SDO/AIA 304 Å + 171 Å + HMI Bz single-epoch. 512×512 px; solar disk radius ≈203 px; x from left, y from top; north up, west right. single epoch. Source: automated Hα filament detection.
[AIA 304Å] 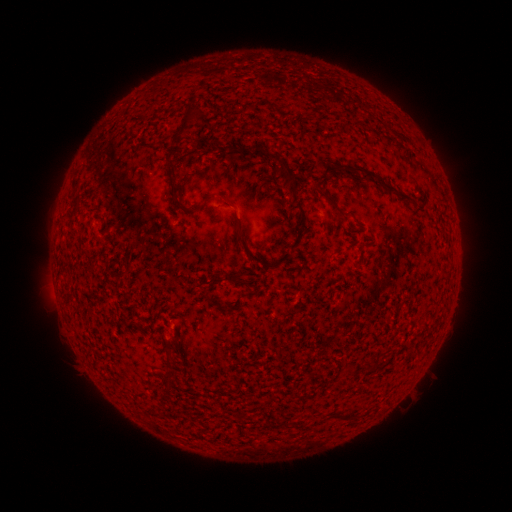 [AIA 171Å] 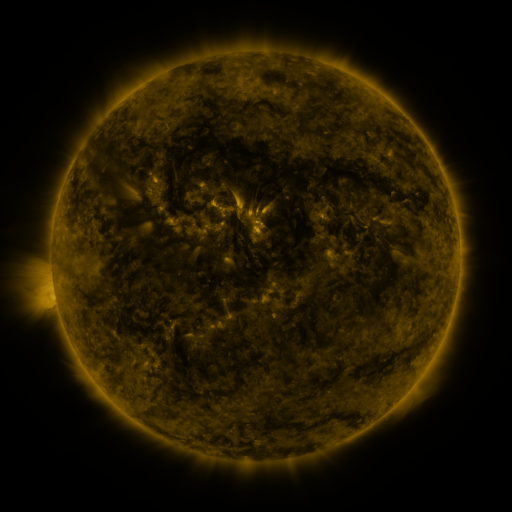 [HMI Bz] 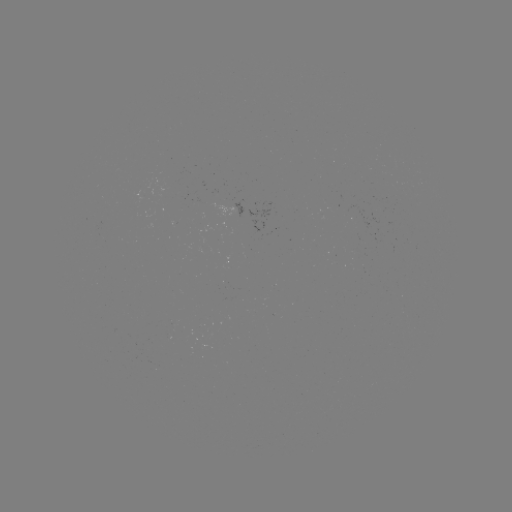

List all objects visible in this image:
filament: [177, 104, 194, 136]
filament: [252, 145, 299, 196]
filament: [323, 159, 332, 175]
filament: [345, 164, 416, 203]
filament: [170, 181, 187, 212]
filament: [315, 185, 346, 216]
filament: [292, 201, 308, 228]
filament: [235, 223, 290, 269]
filament: [294, 237, 301, 246]
filament: [211, 272, 239, 285]
filament: [207, 295, 218, 306]
filament: [132, 321, 145, 331]
filament: [368, 361, 377, 371]
filament: [285, 421, 307, 430]
